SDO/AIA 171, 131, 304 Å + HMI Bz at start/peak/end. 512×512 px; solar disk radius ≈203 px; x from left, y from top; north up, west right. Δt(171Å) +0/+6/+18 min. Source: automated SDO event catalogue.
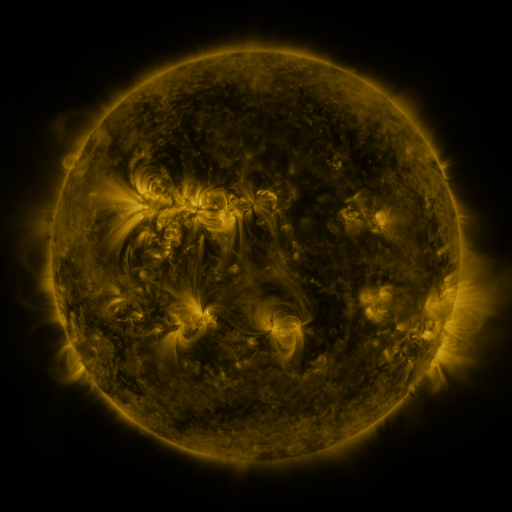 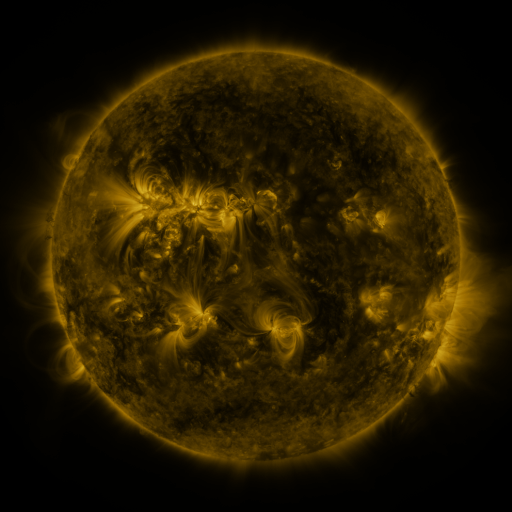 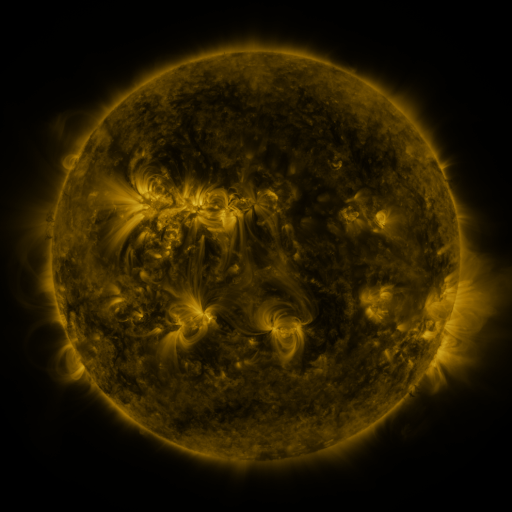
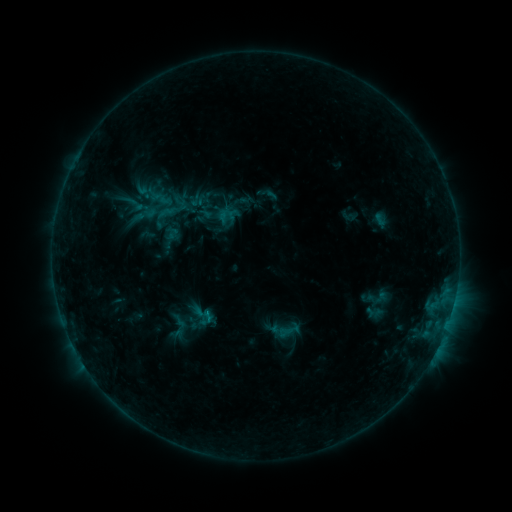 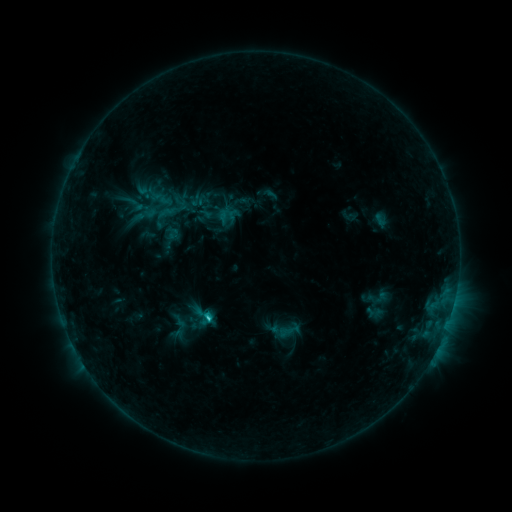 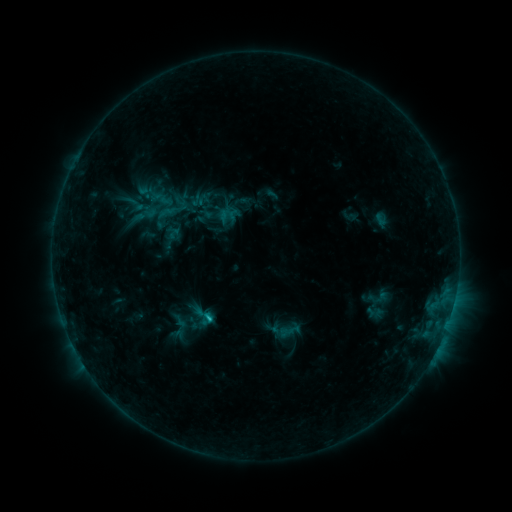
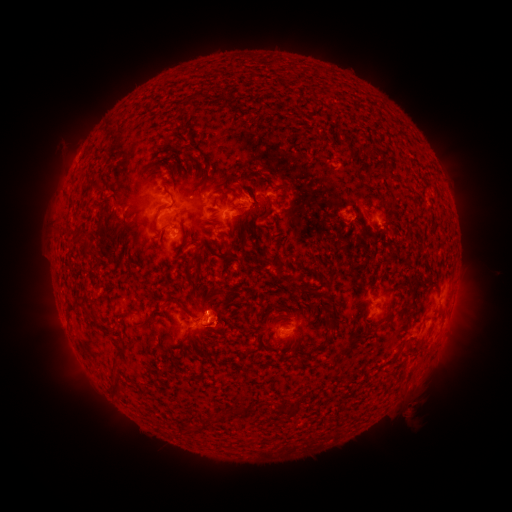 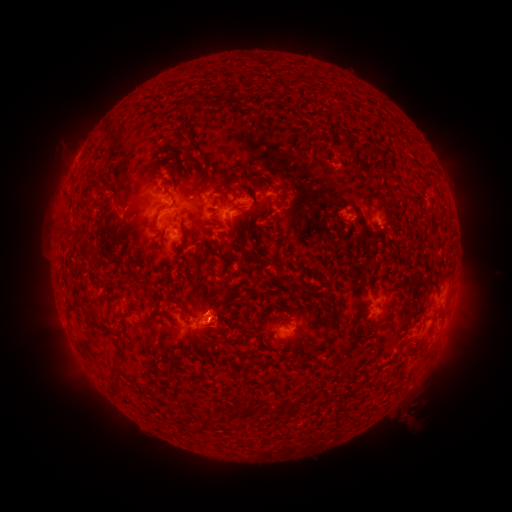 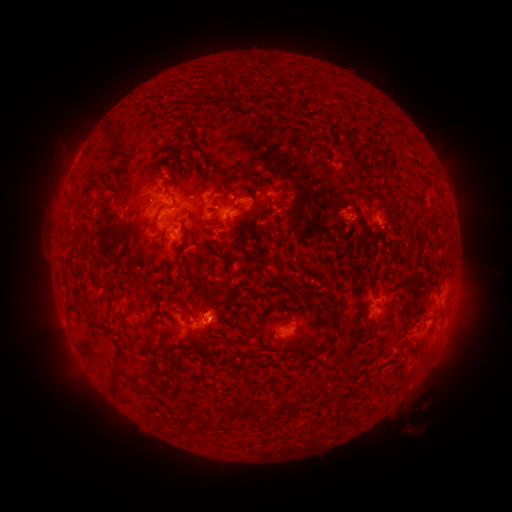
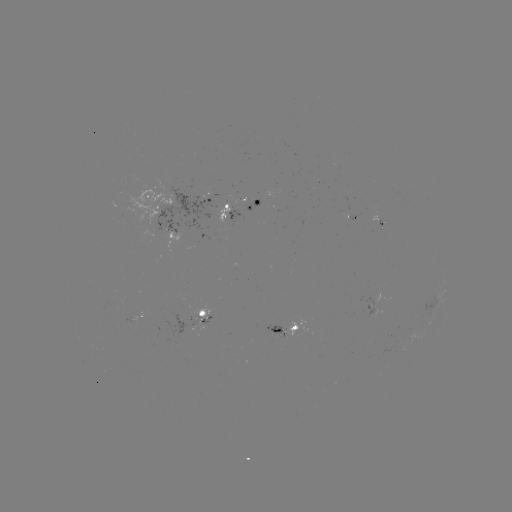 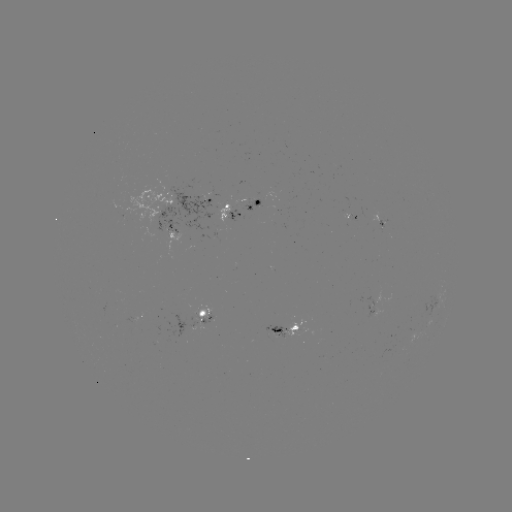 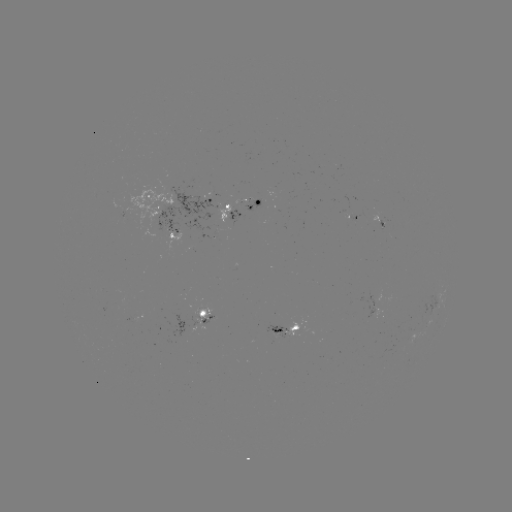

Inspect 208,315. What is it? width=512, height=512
C1.1 flare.